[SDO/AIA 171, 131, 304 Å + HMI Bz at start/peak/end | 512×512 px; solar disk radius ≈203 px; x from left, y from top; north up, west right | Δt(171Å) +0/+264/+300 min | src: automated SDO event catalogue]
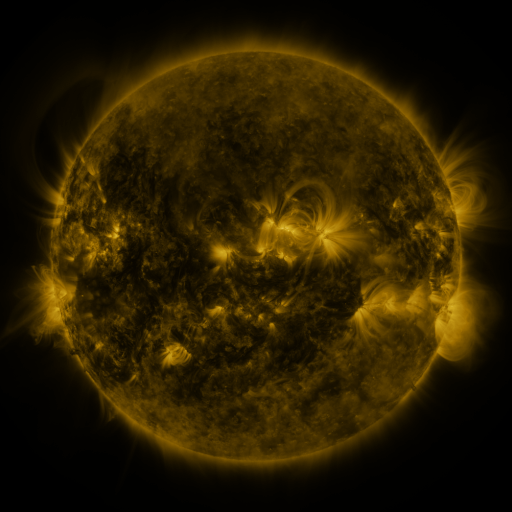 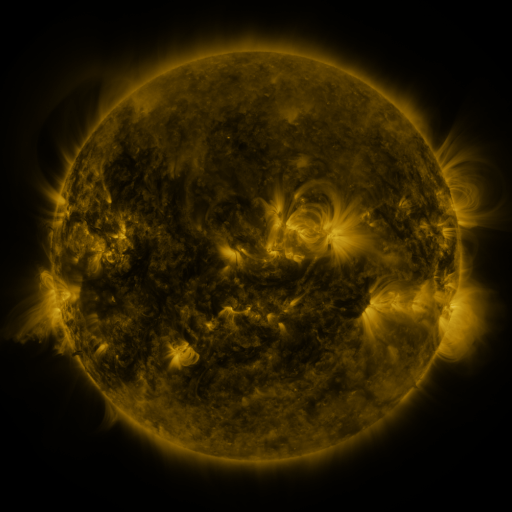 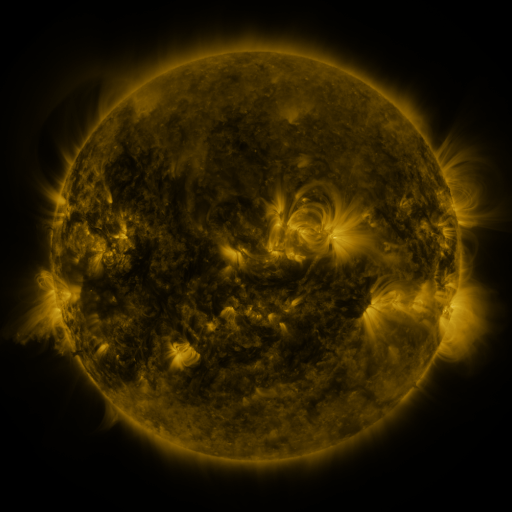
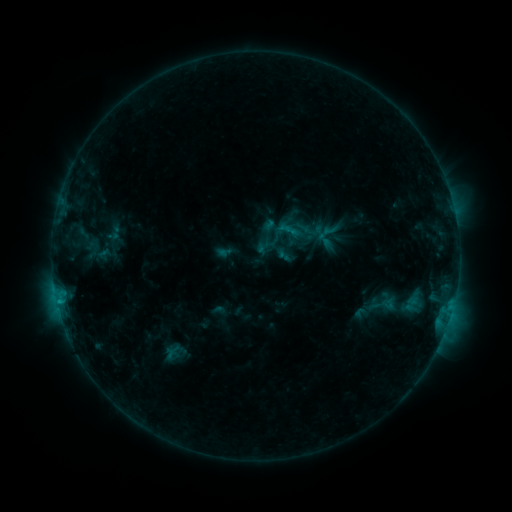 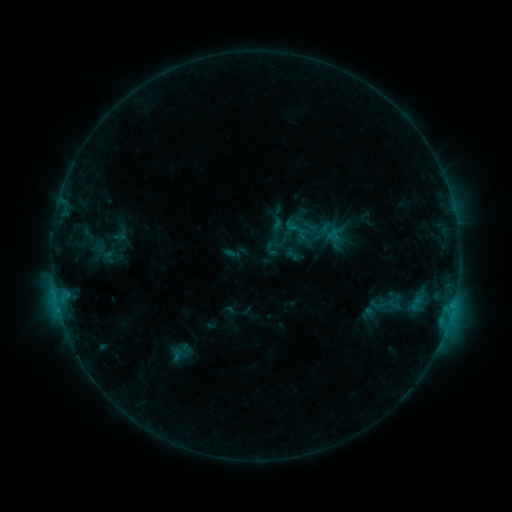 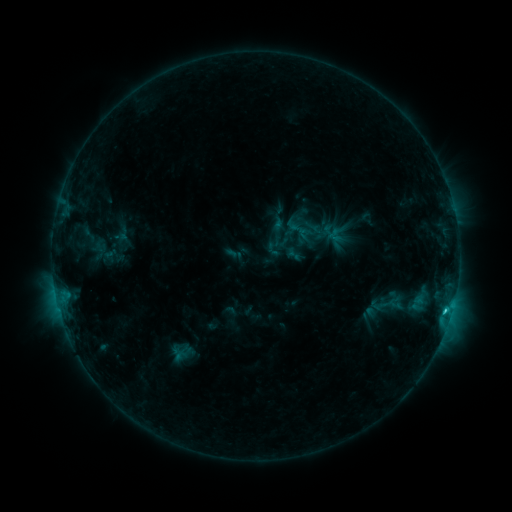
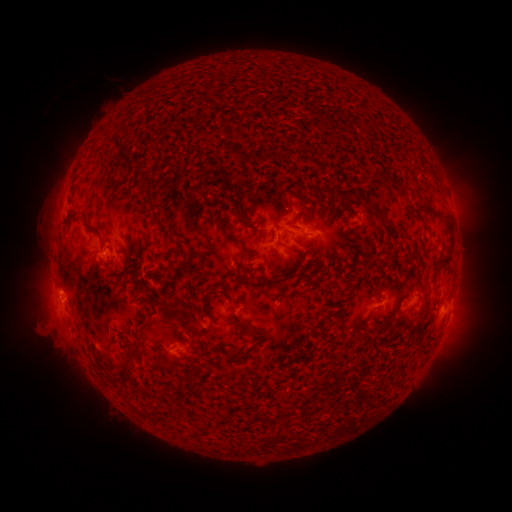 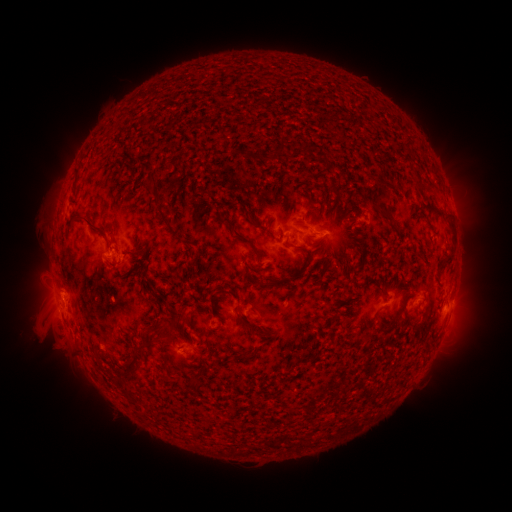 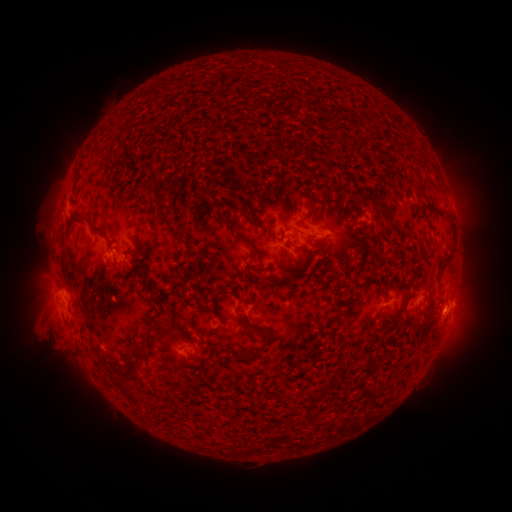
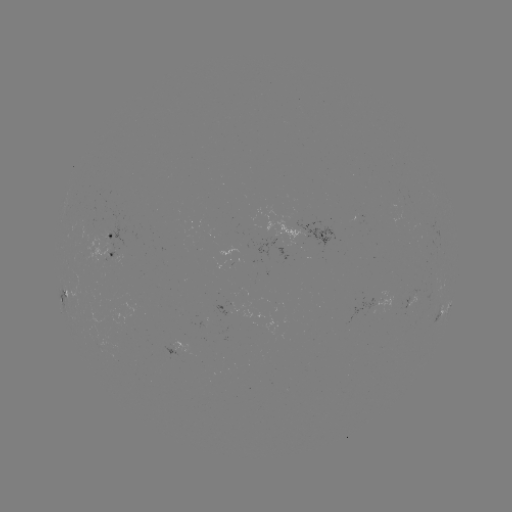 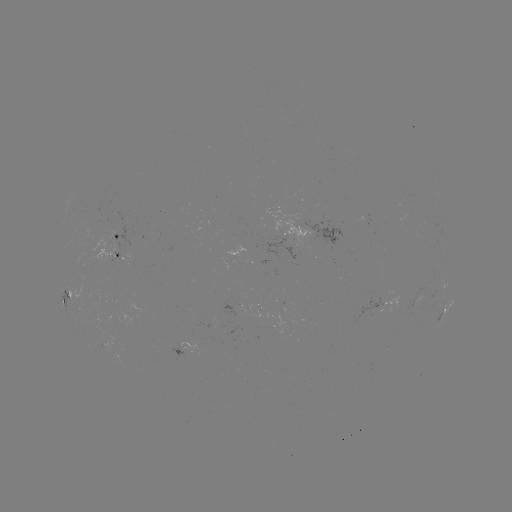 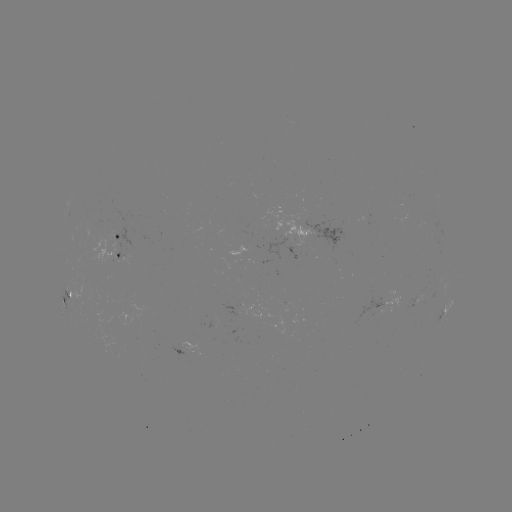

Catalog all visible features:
emerging-flux region: (112, 239)
